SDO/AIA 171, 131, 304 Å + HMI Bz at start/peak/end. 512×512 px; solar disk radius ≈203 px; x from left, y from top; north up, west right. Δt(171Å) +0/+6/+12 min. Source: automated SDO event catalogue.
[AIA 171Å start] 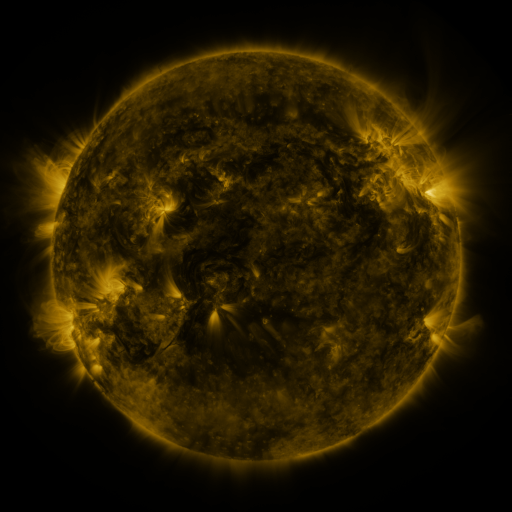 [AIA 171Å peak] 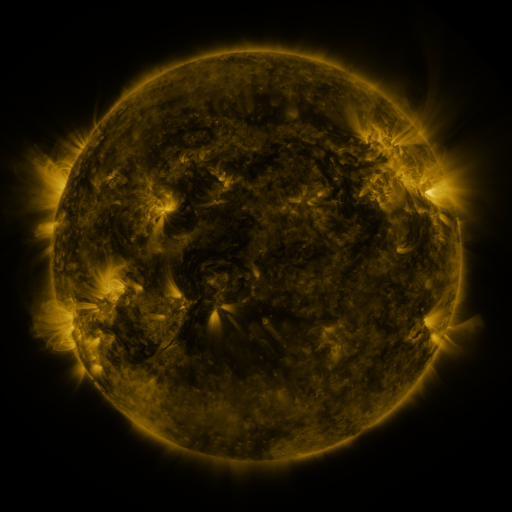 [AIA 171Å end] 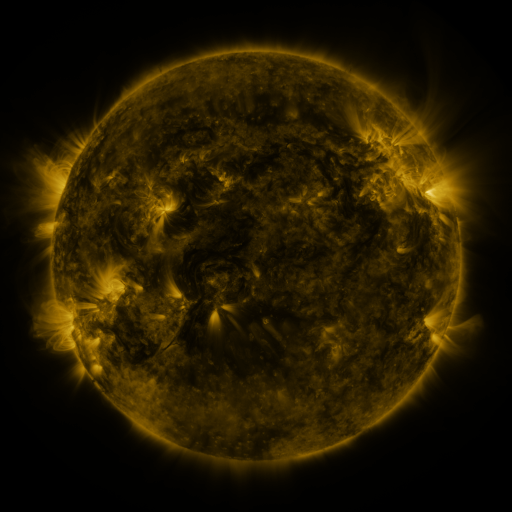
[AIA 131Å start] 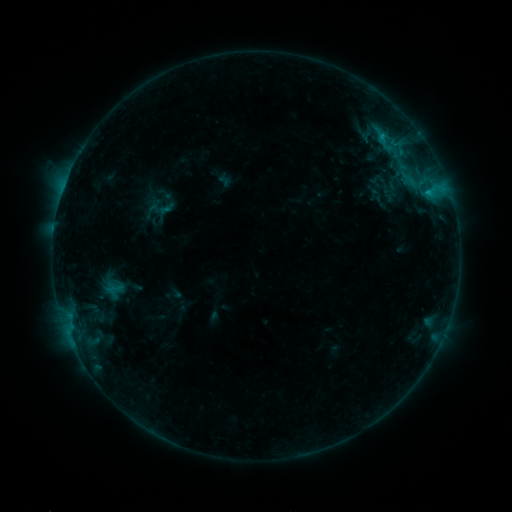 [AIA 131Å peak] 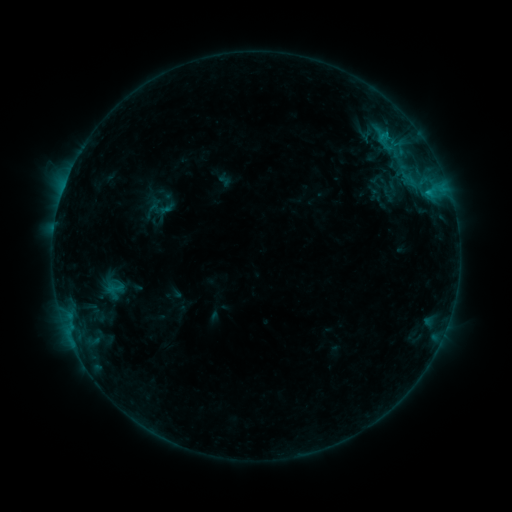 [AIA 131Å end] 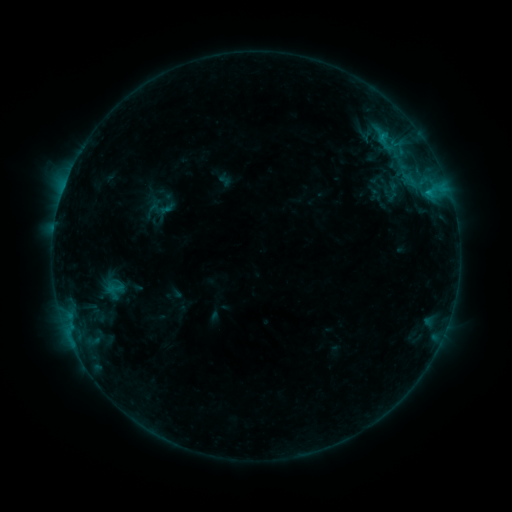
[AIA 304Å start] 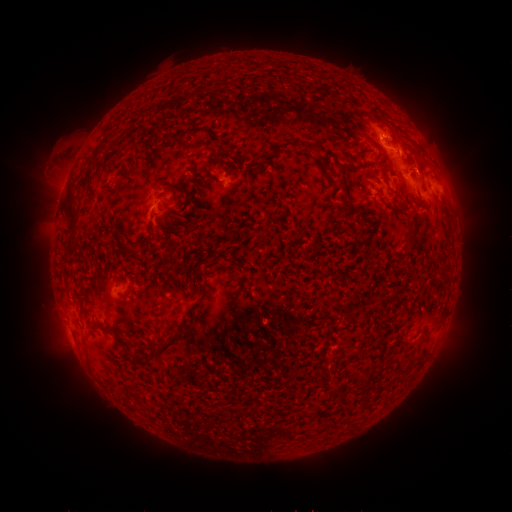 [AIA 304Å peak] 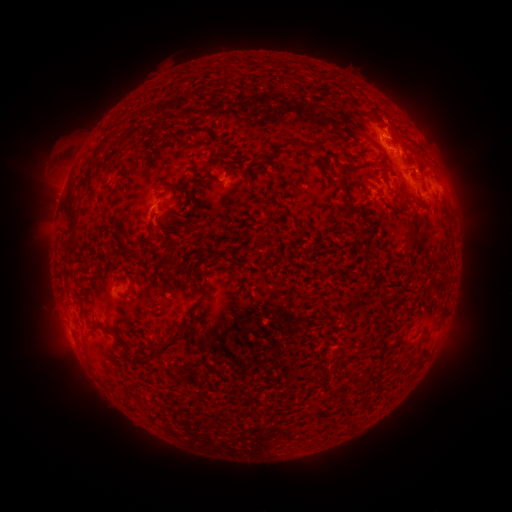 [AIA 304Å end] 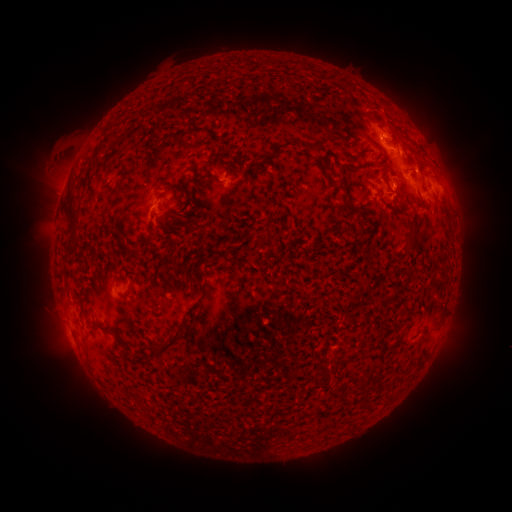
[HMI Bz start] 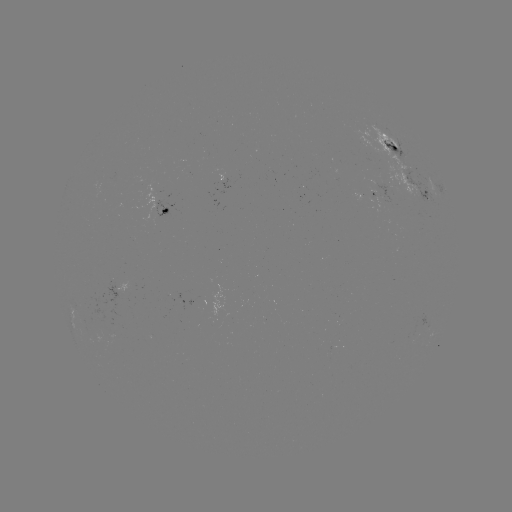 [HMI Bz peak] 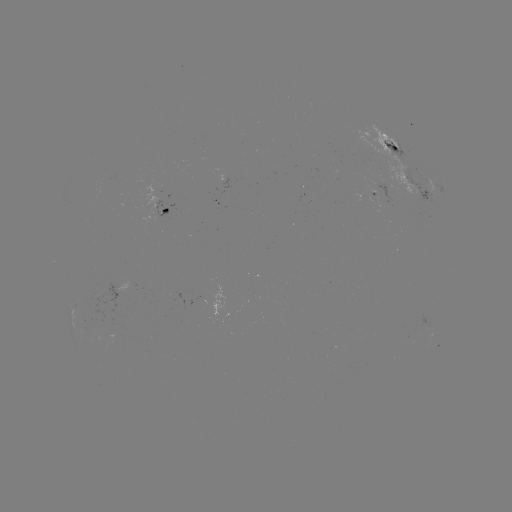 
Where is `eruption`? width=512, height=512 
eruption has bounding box [368, 91, 409, 139].